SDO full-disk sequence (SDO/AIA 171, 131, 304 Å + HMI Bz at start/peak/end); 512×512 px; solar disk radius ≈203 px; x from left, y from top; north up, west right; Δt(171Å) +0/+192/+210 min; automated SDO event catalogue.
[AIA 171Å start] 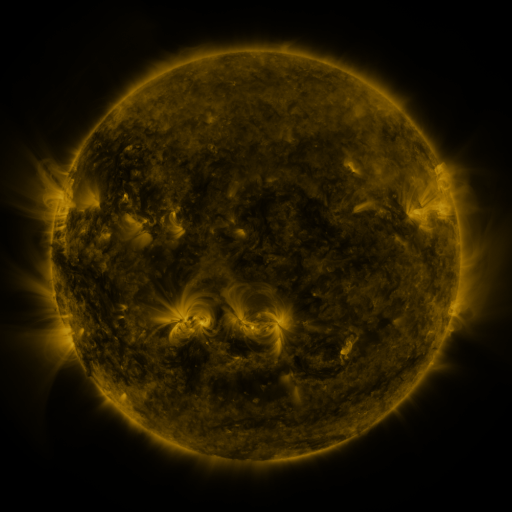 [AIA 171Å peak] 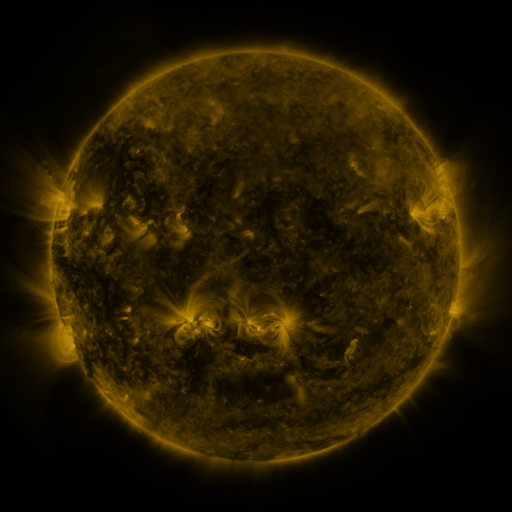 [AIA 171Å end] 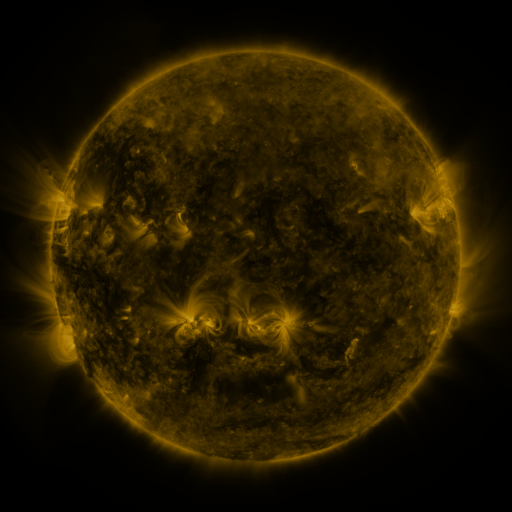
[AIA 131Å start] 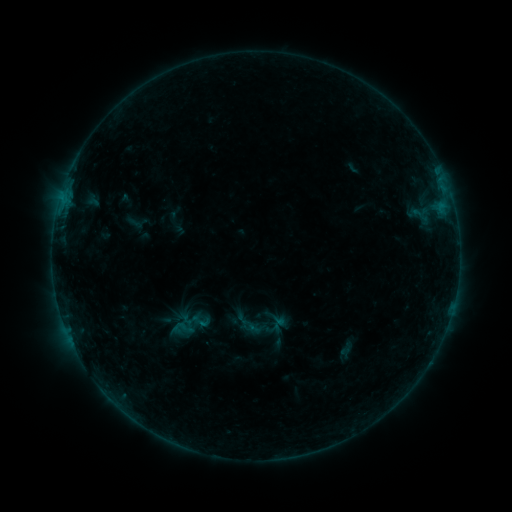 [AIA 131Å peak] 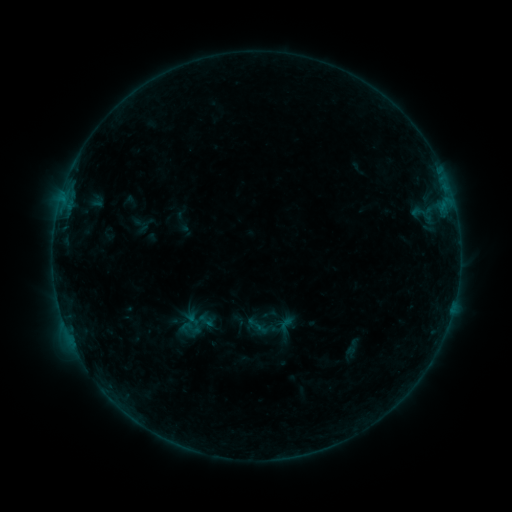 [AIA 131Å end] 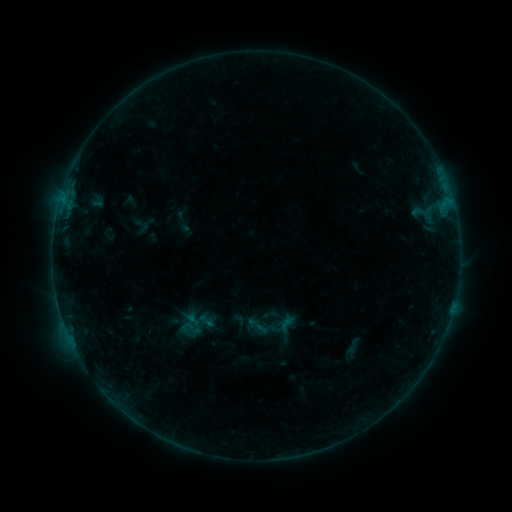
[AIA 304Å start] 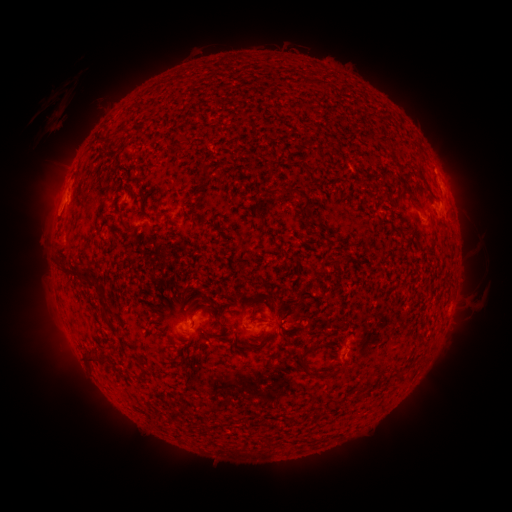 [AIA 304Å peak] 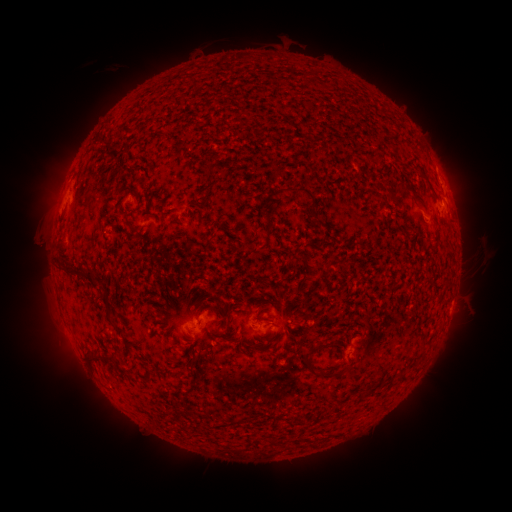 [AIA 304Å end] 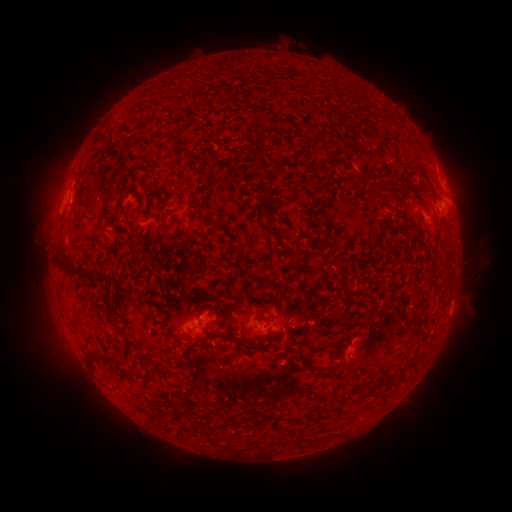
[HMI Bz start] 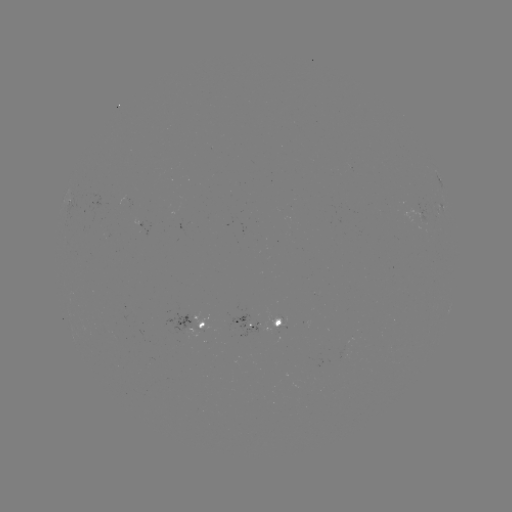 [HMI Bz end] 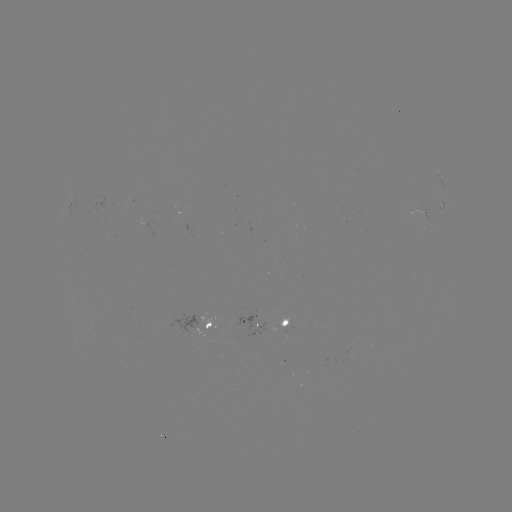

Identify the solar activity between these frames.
emerging-flux region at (270, 326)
